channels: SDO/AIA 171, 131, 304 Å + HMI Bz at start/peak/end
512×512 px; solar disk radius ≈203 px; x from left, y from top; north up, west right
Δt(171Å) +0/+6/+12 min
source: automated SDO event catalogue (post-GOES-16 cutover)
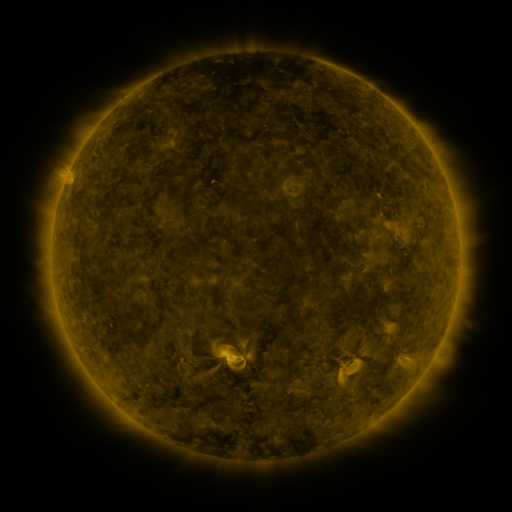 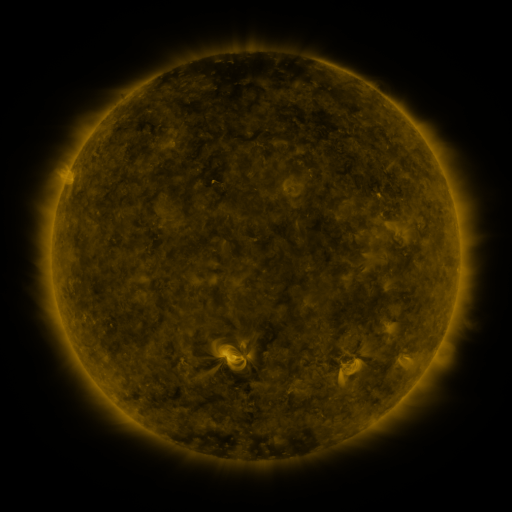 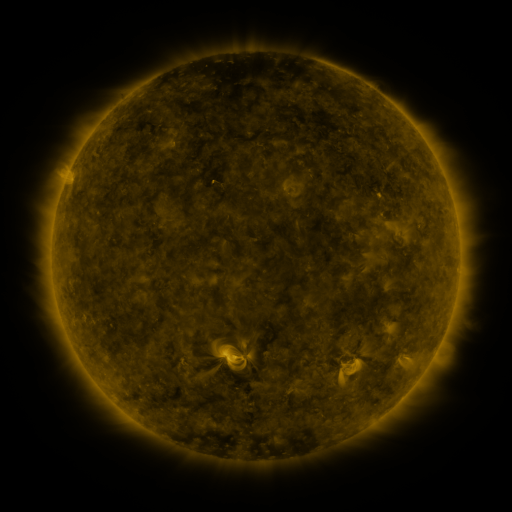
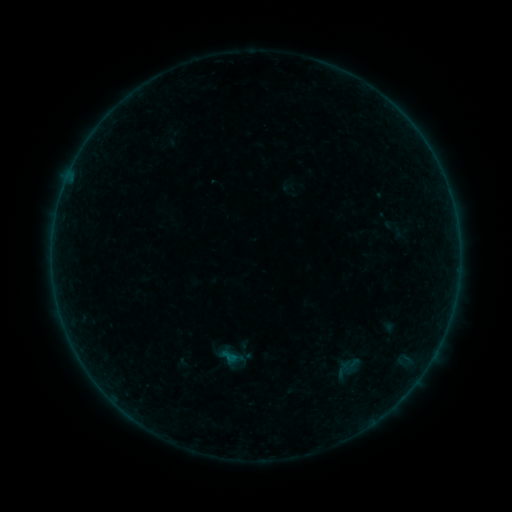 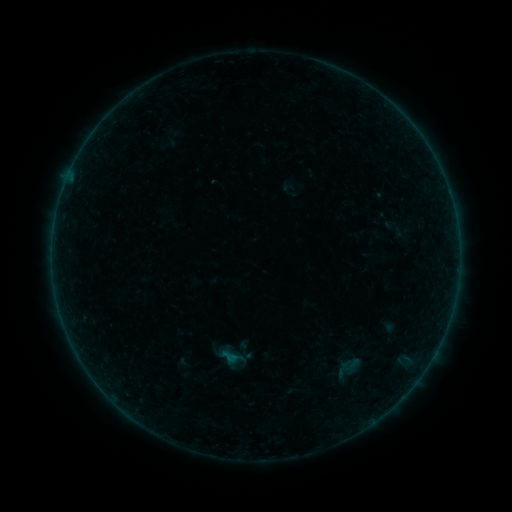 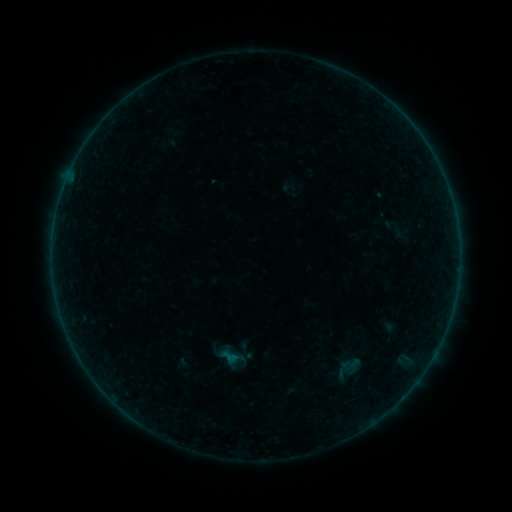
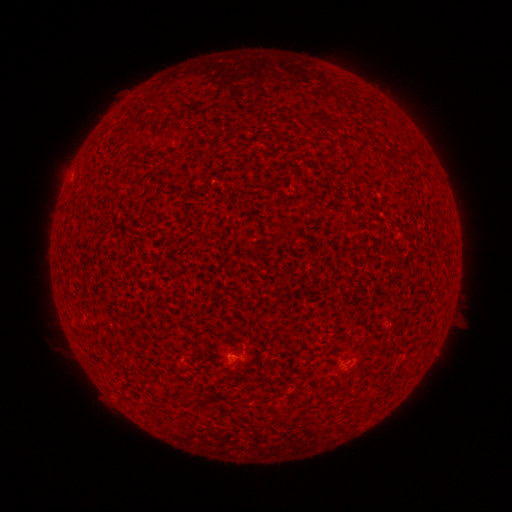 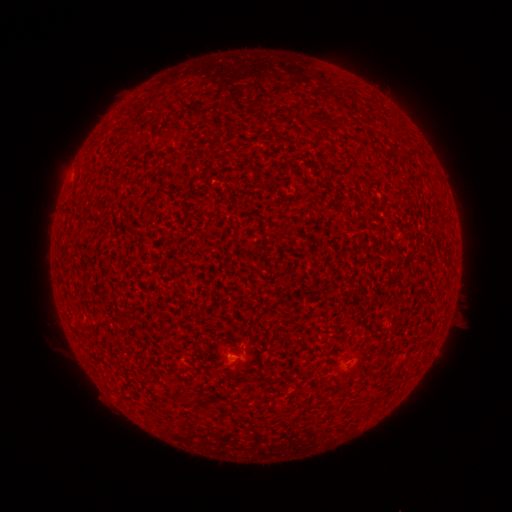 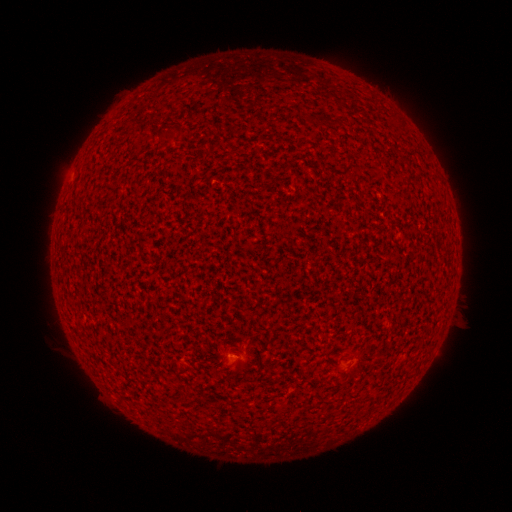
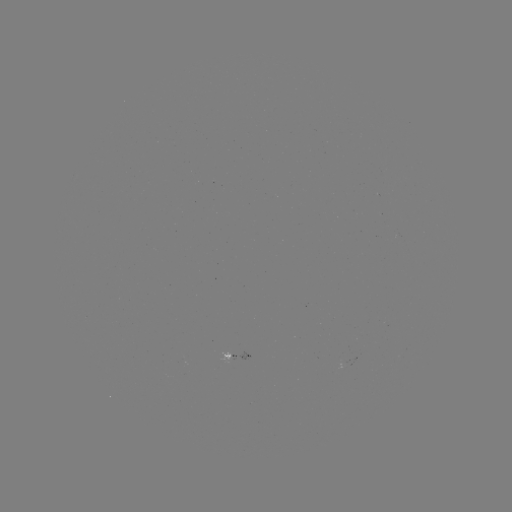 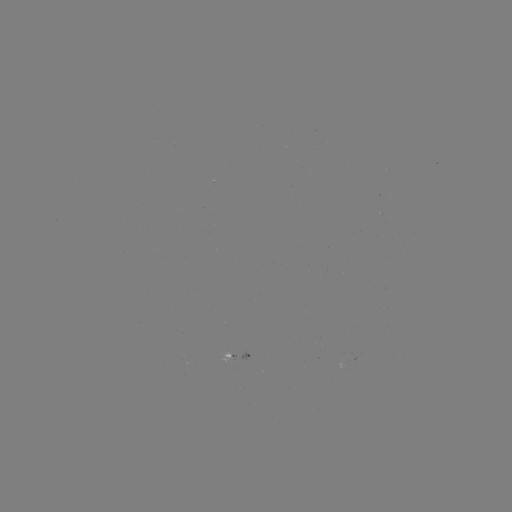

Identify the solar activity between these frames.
no flare in any classed list; no EUV-trigger detection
